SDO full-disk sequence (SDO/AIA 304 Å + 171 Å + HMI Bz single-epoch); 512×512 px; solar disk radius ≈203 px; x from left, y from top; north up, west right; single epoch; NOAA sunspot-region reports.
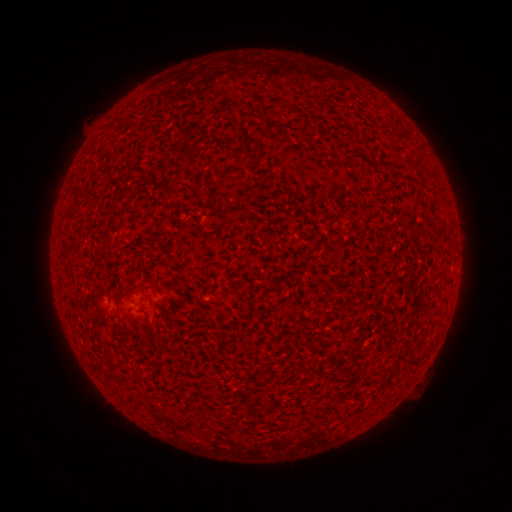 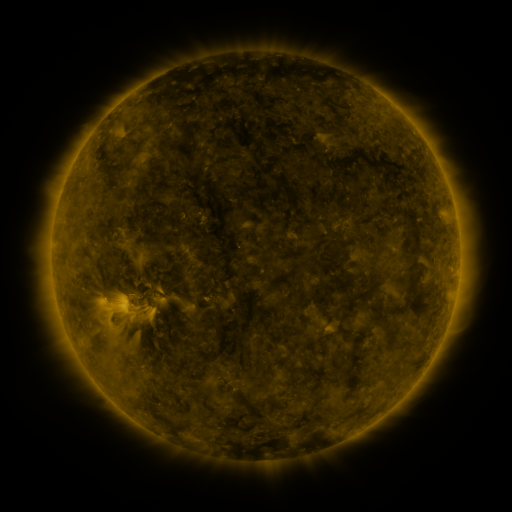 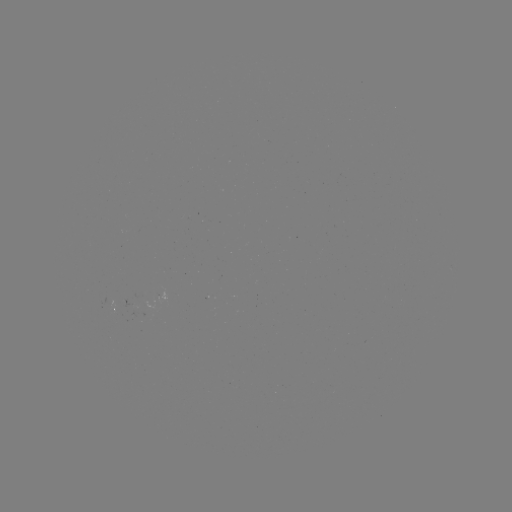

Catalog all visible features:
spotted active region: (164, 299)
spotted active region: (117, 309)
